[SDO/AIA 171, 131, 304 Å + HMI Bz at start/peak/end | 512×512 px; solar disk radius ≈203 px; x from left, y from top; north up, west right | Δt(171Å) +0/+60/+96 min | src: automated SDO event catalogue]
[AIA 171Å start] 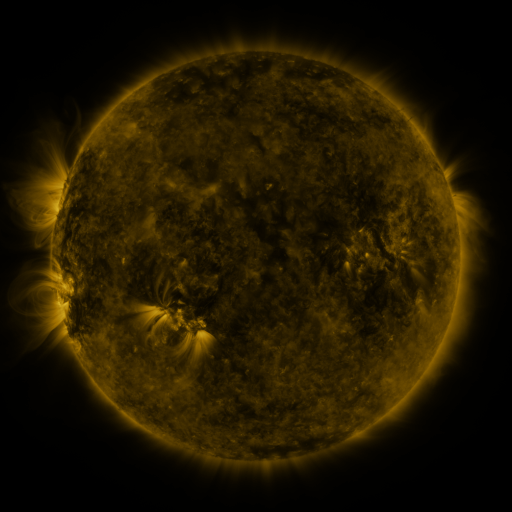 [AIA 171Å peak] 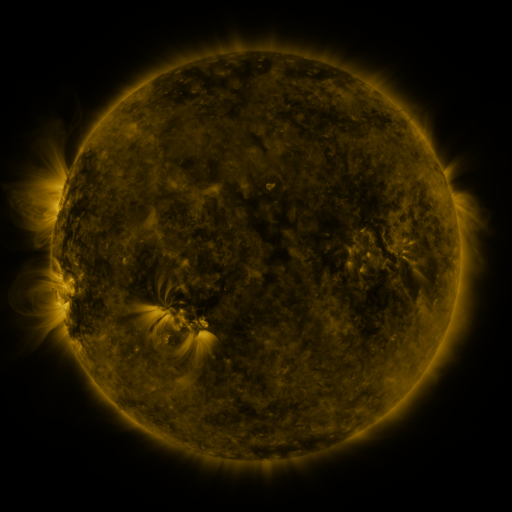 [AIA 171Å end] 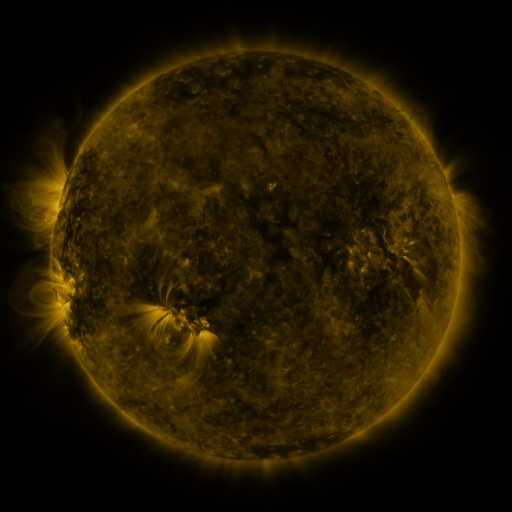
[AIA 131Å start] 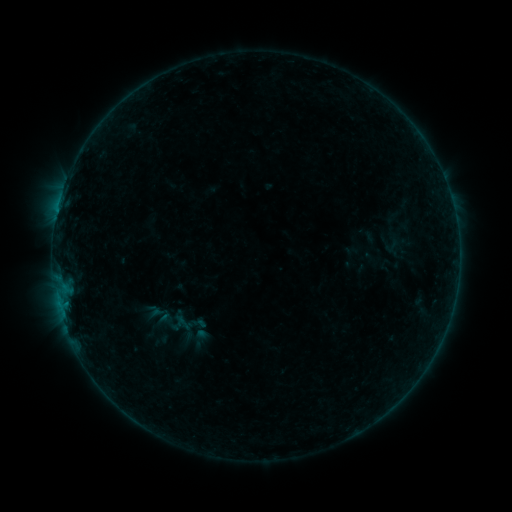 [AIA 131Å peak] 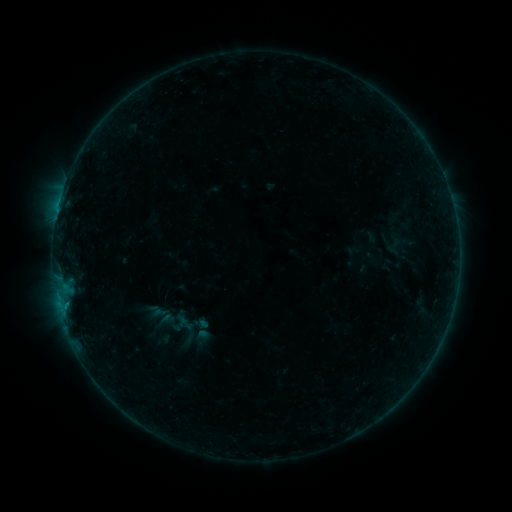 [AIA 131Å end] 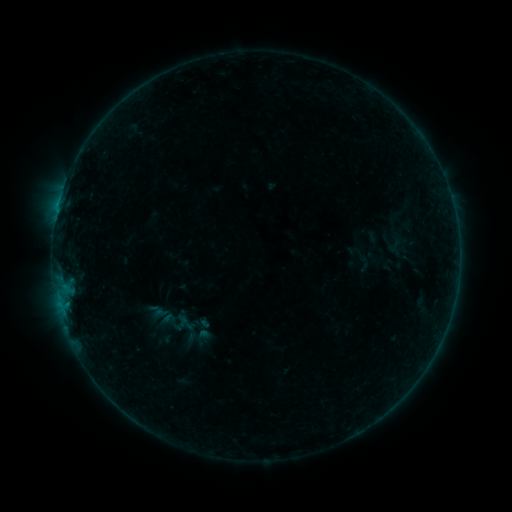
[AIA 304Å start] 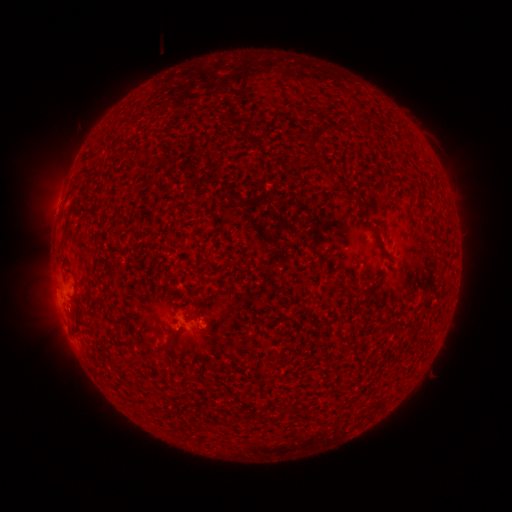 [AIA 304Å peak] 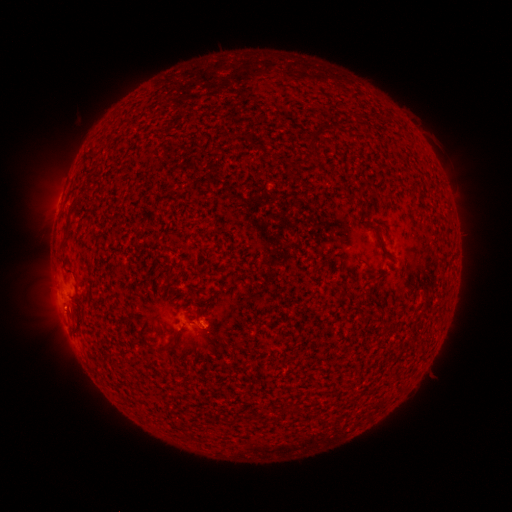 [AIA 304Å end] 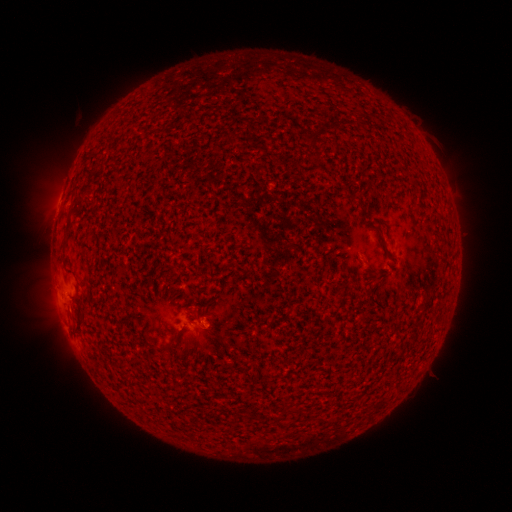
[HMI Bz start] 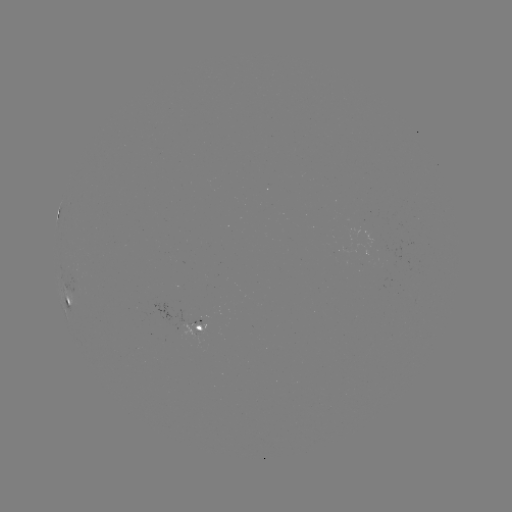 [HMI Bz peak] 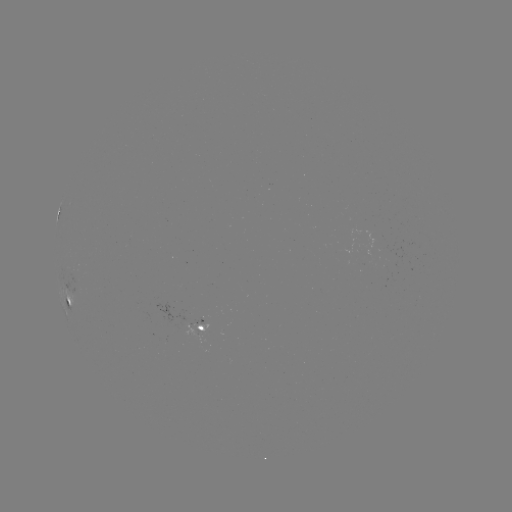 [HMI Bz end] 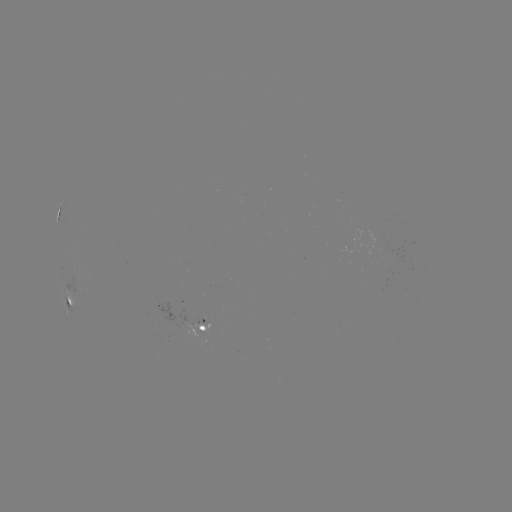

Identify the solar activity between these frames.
emerging-flux region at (183, 320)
